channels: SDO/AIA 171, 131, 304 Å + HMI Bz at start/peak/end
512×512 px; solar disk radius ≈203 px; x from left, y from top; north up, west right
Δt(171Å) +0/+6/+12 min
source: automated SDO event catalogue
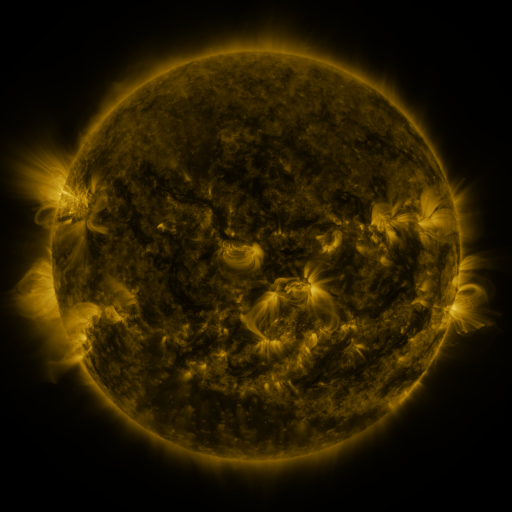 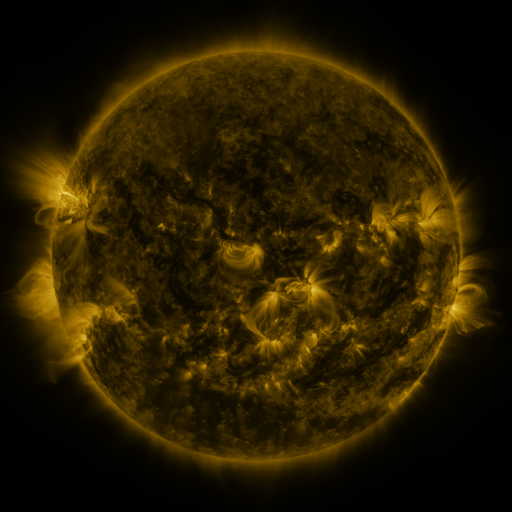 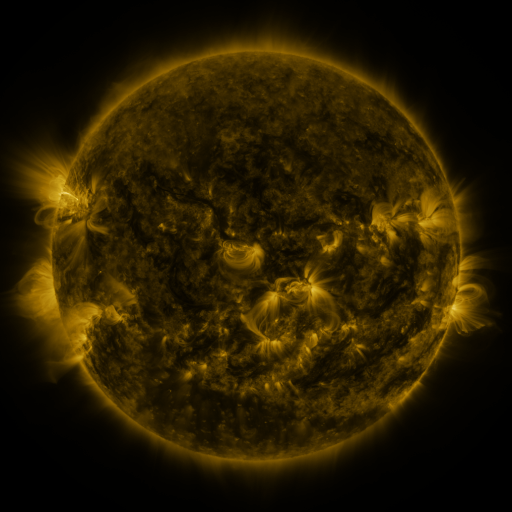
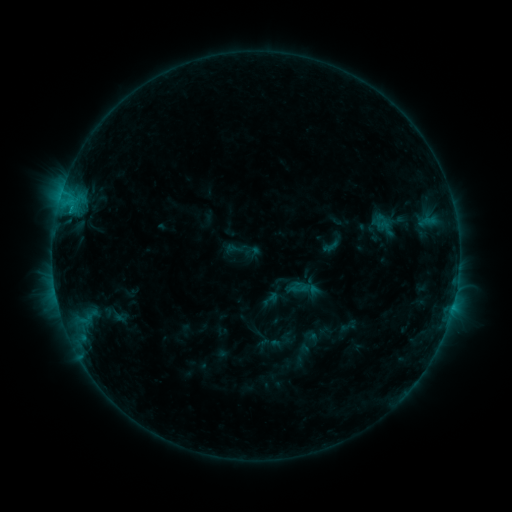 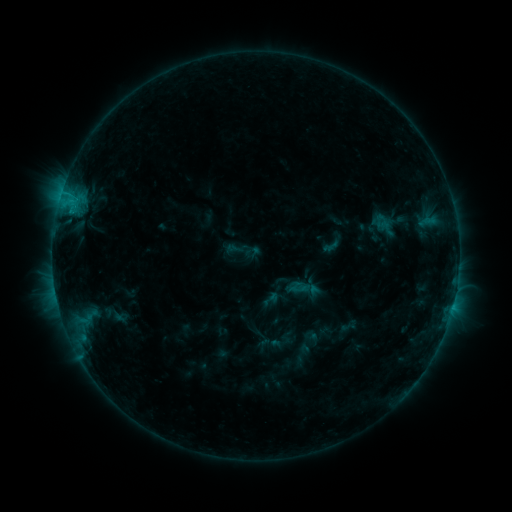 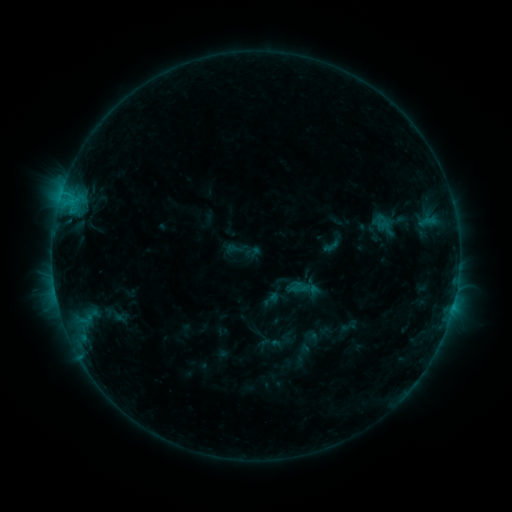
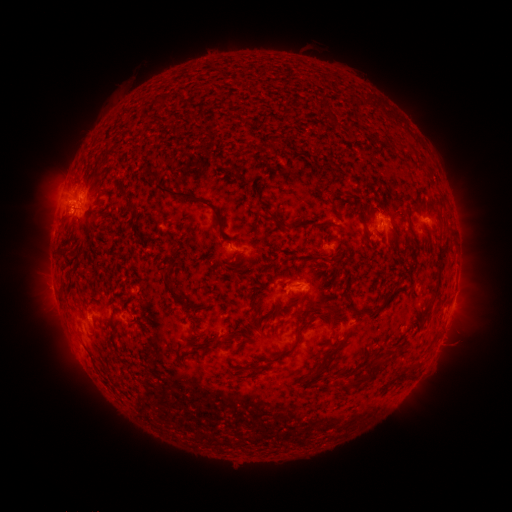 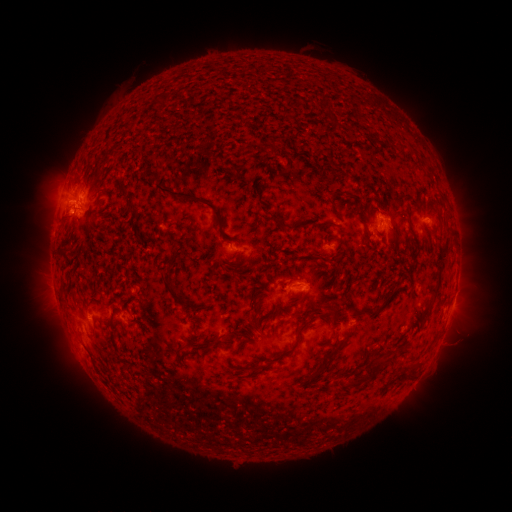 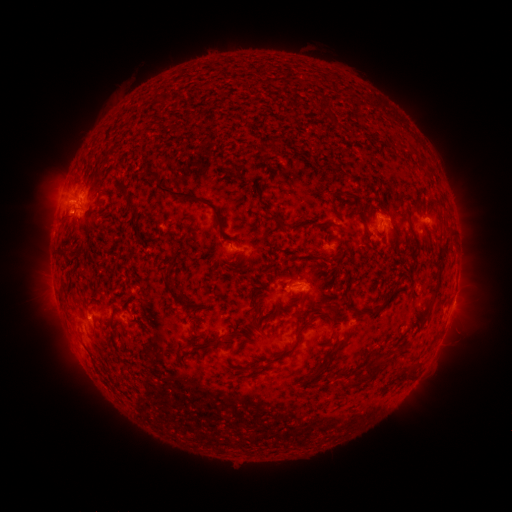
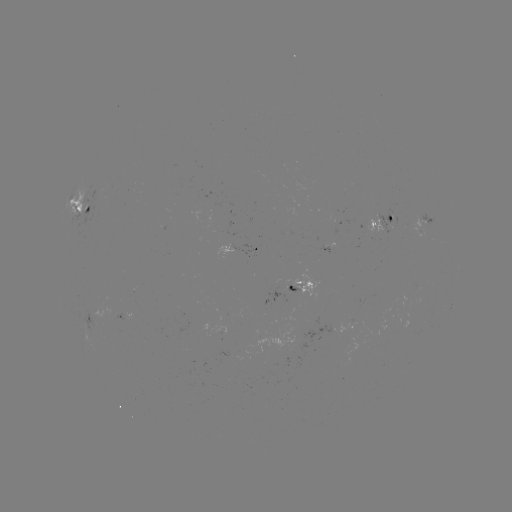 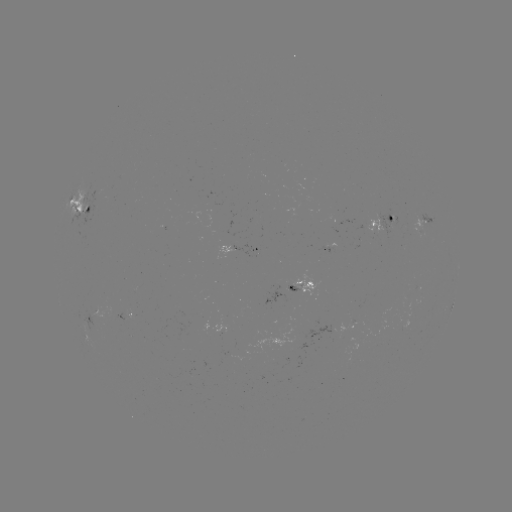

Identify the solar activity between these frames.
no catalogued flare and no flagged EUV brightening in this window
